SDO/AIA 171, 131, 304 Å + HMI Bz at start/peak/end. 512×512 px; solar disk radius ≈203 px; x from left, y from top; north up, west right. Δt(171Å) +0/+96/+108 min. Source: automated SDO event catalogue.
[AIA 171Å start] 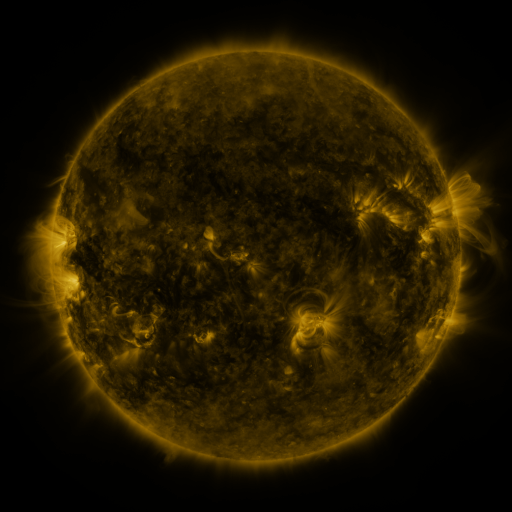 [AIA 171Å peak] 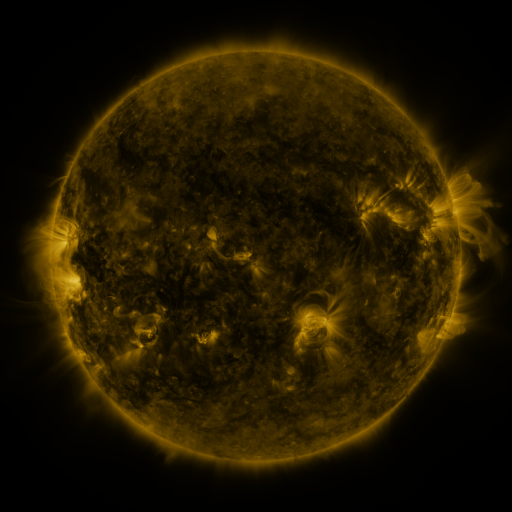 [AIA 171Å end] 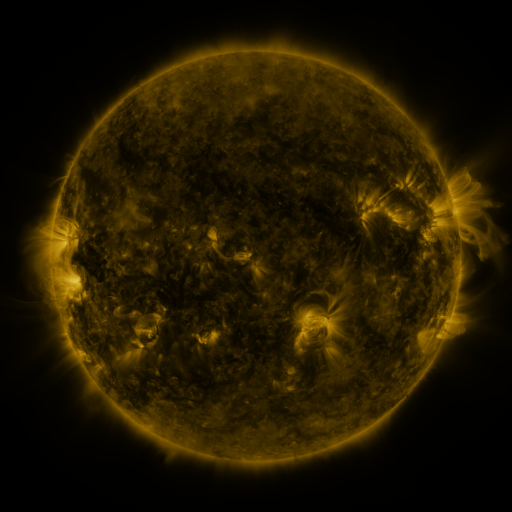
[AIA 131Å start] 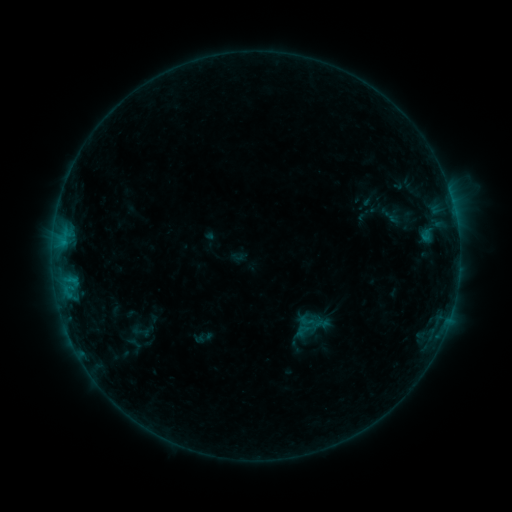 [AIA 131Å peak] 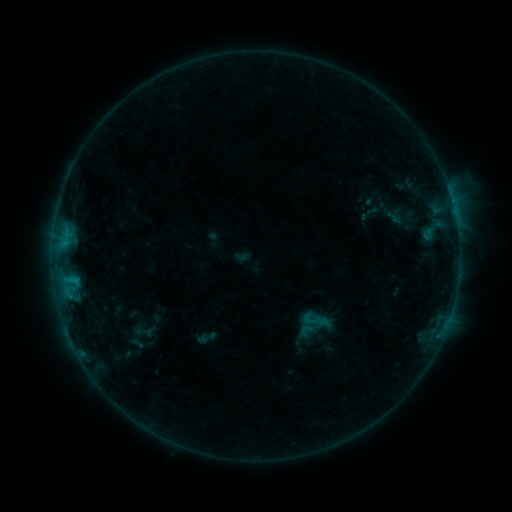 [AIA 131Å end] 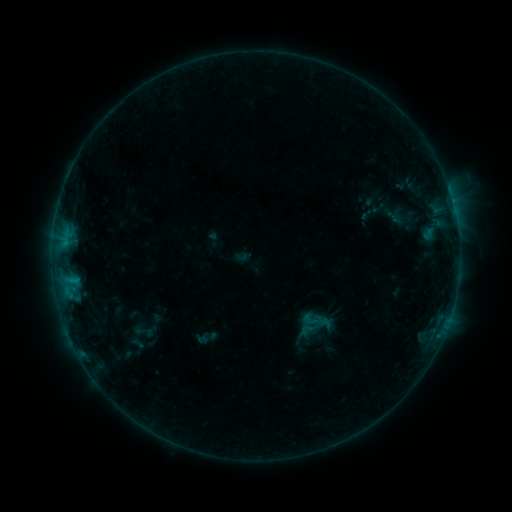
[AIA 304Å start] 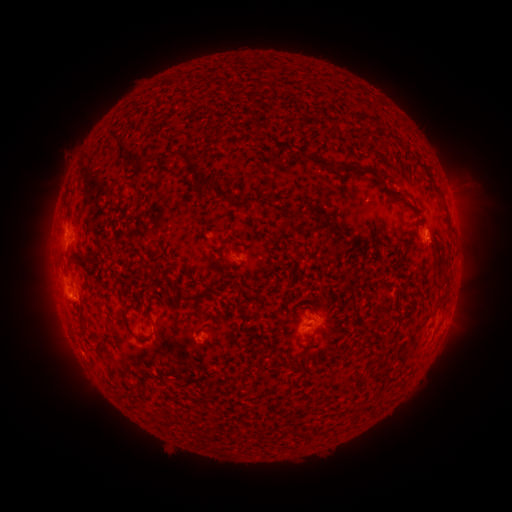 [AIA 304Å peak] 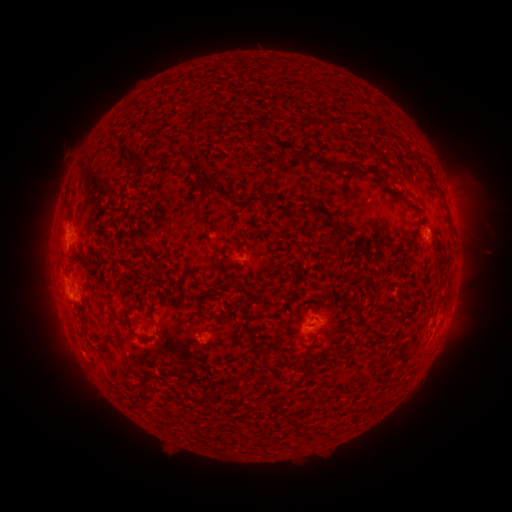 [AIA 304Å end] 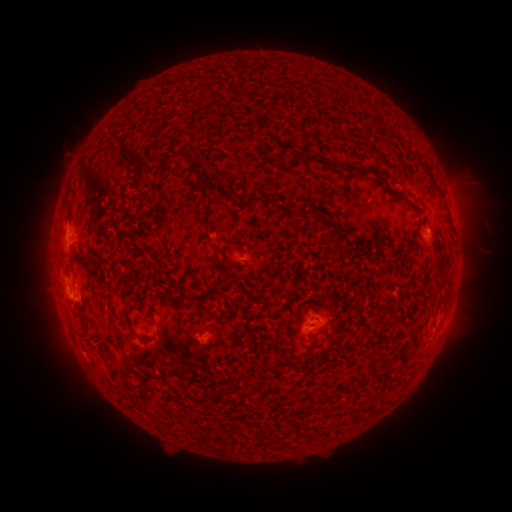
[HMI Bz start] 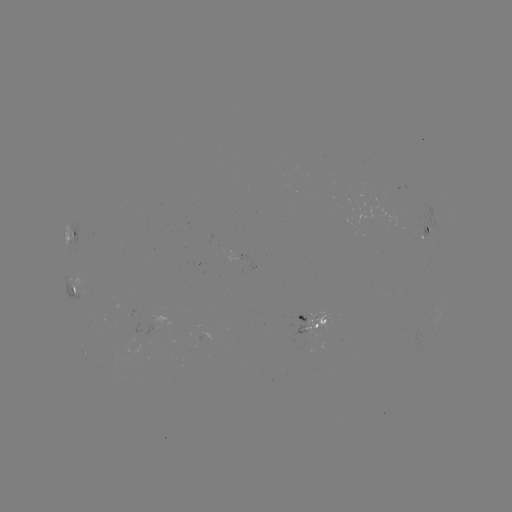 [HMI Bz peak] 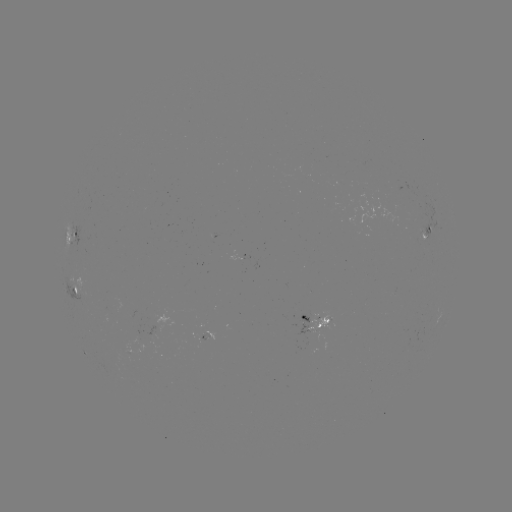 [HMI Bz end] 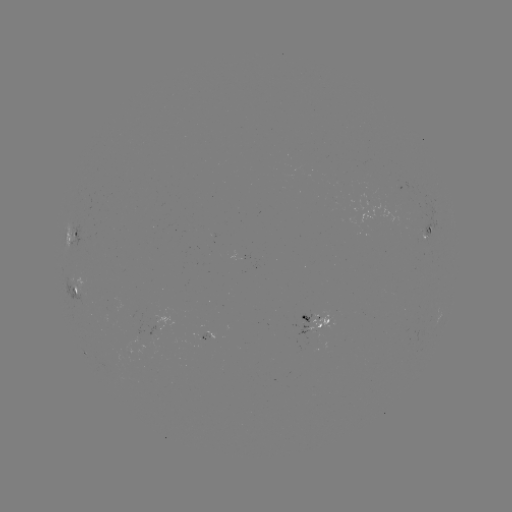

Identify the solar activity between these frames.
emerging-flux region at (198, 342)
